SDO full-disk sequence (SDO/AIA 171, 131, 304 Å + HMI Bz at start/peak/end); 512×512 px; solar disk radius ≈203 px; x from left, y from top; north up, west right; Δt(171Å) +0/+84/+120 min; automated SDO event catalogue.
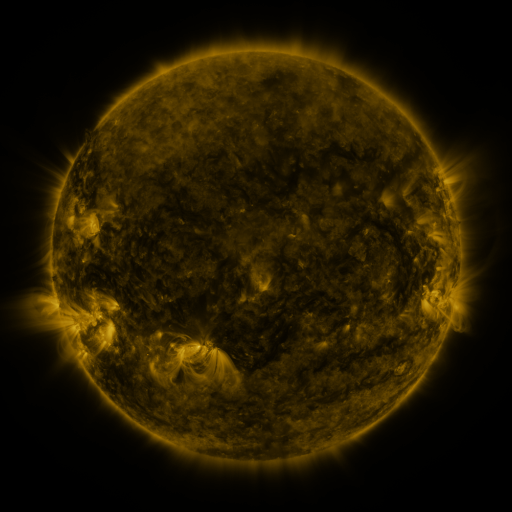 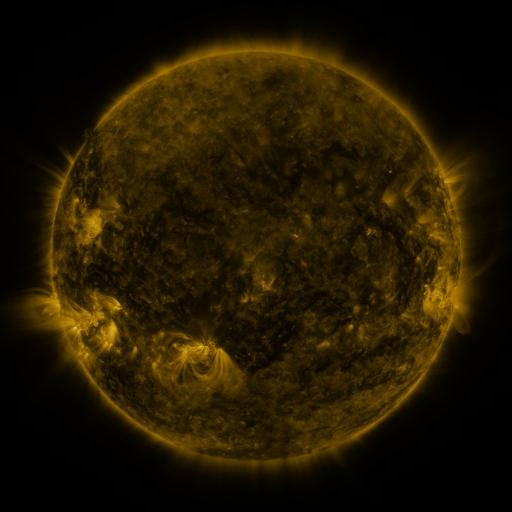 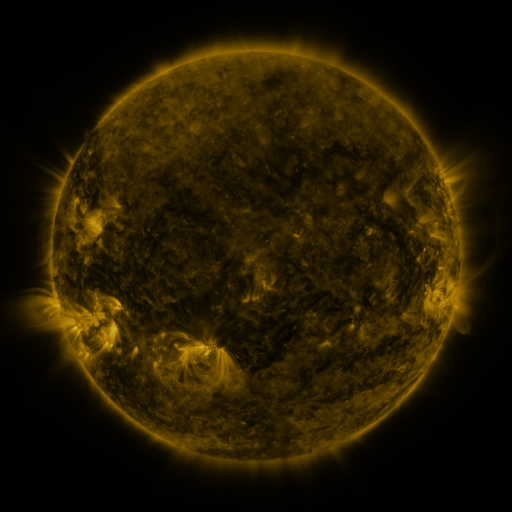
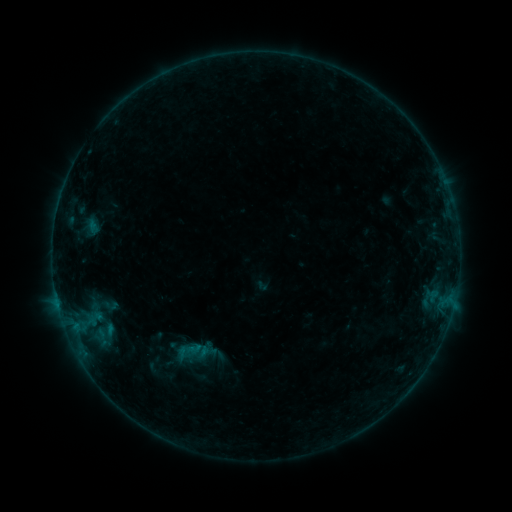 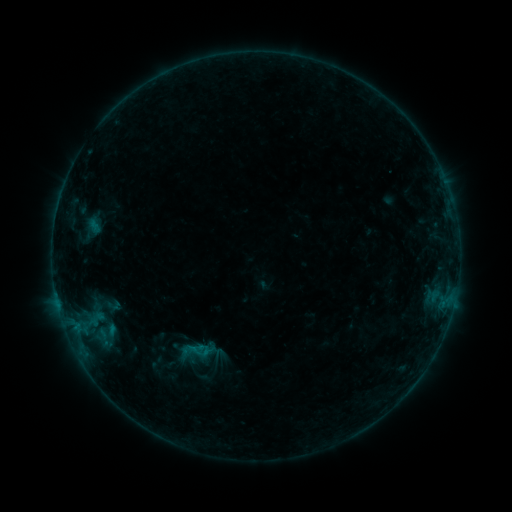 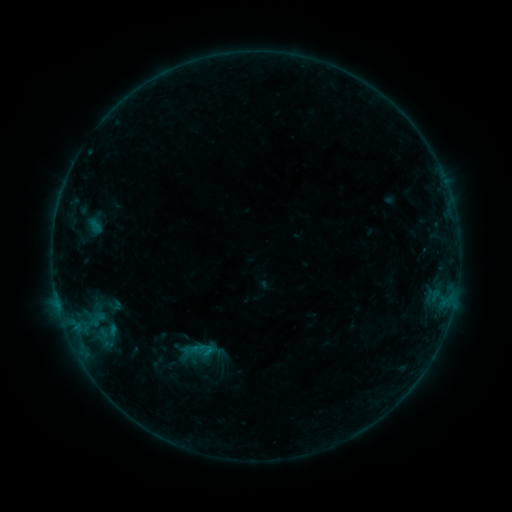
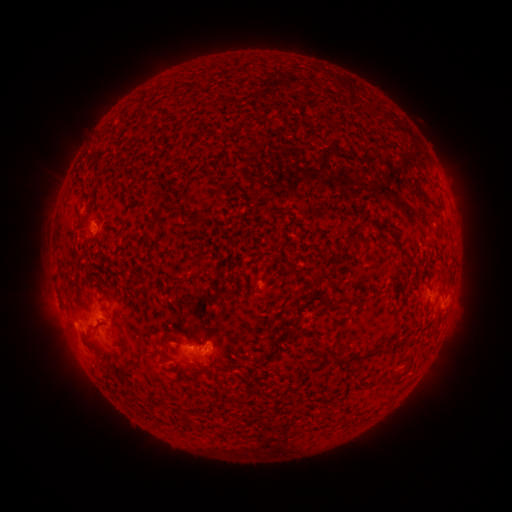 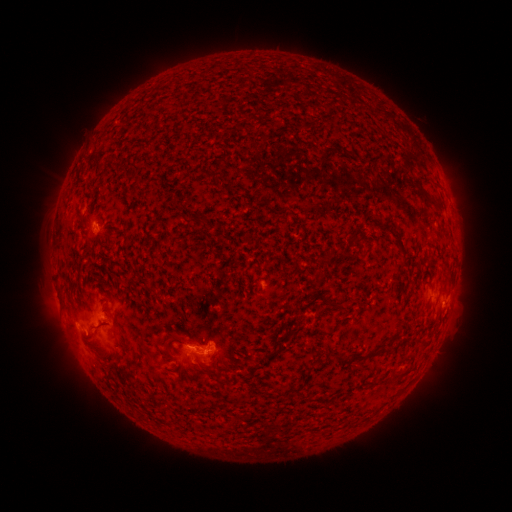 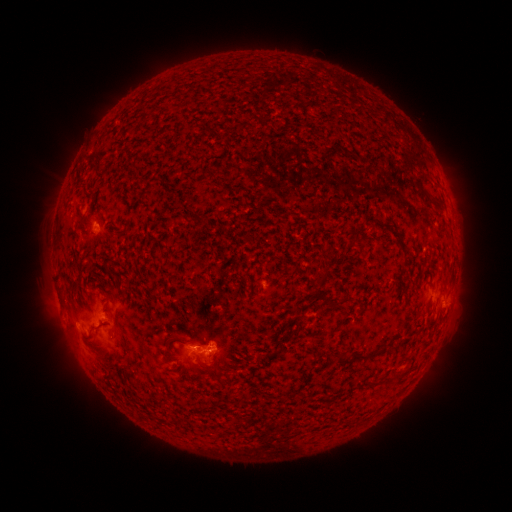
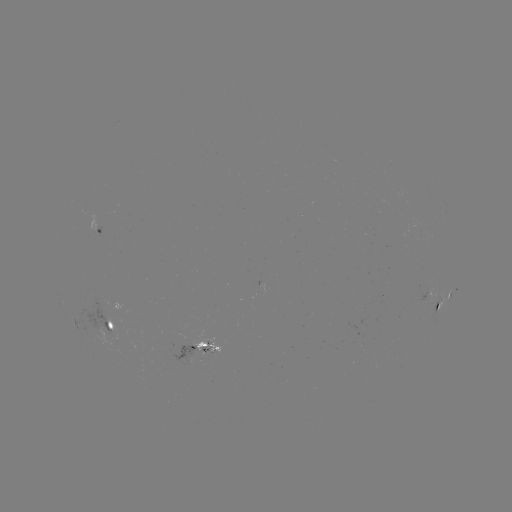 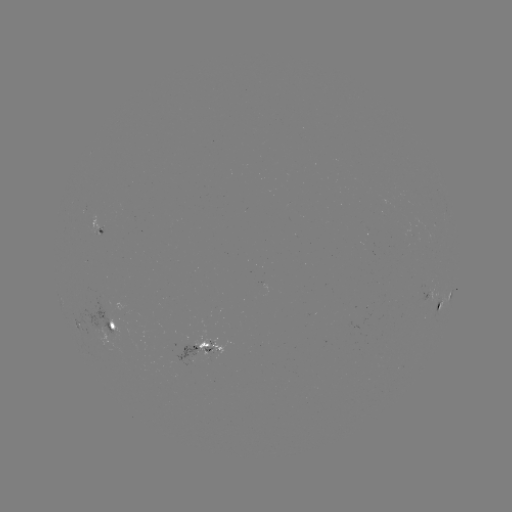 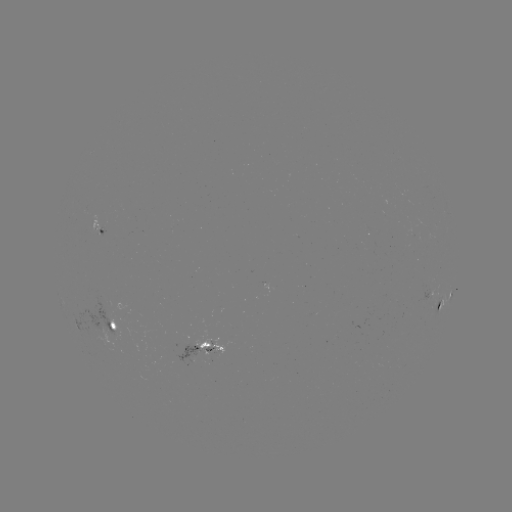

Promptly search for emerging-flux region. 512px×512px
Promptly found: [105, 309].